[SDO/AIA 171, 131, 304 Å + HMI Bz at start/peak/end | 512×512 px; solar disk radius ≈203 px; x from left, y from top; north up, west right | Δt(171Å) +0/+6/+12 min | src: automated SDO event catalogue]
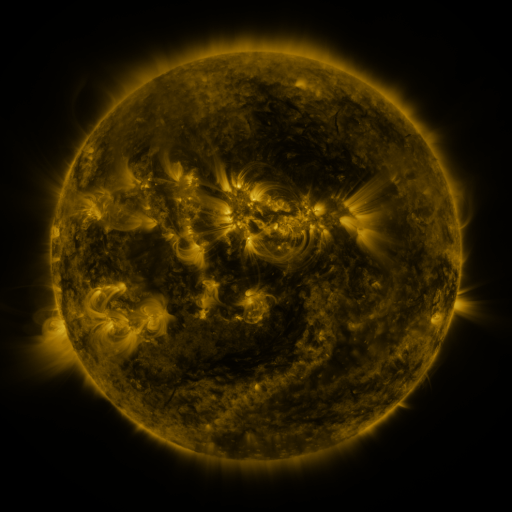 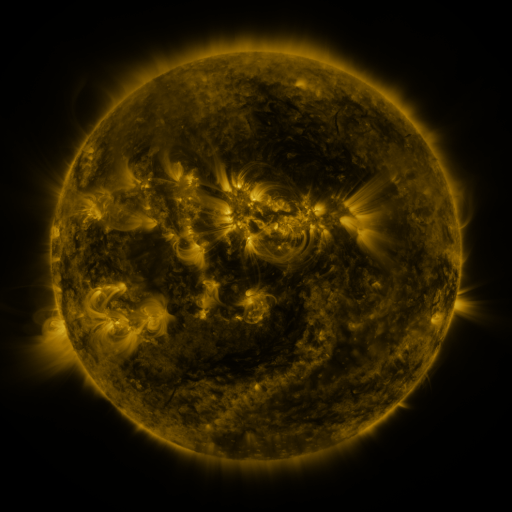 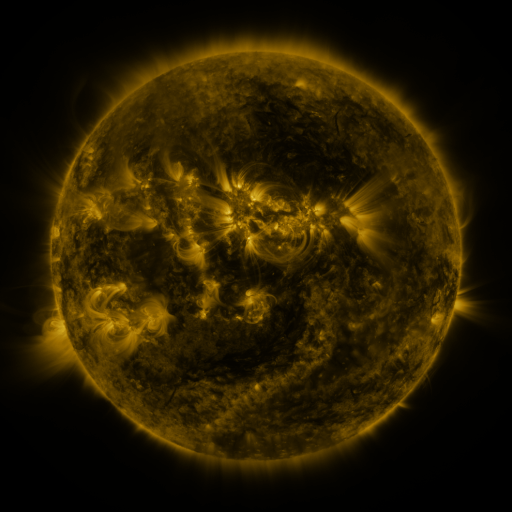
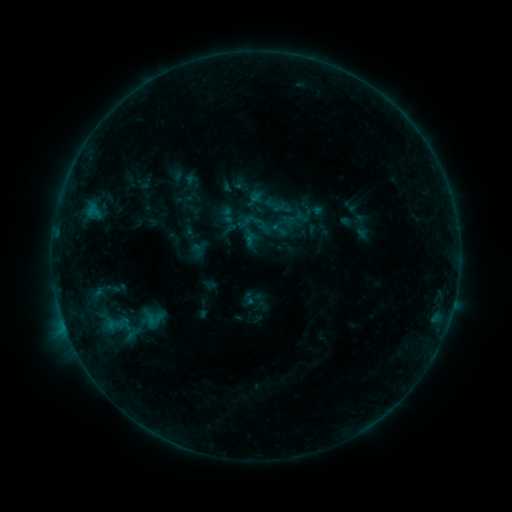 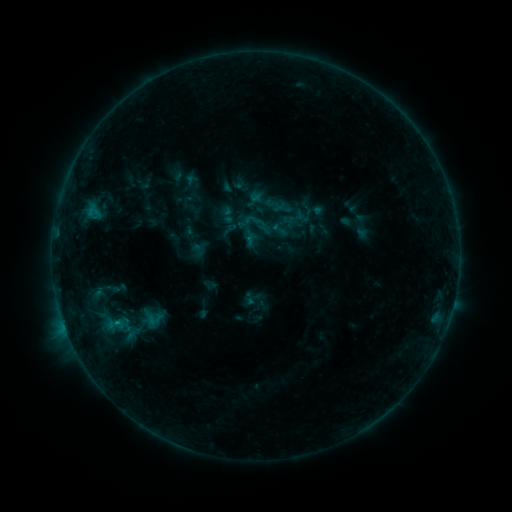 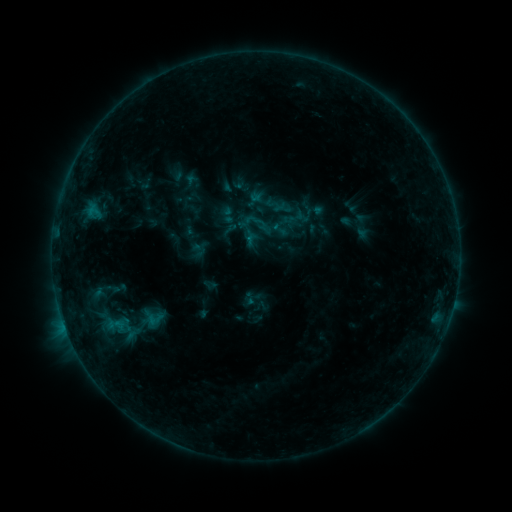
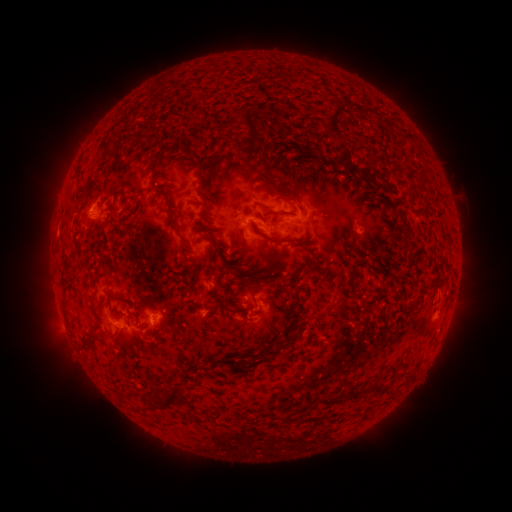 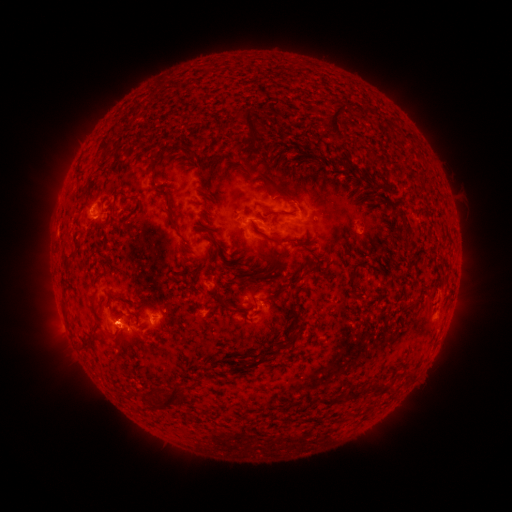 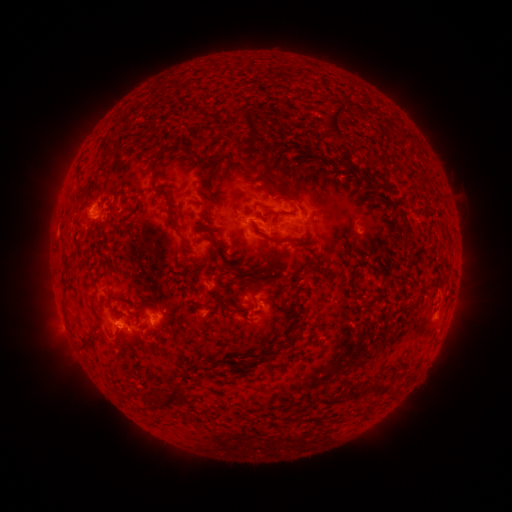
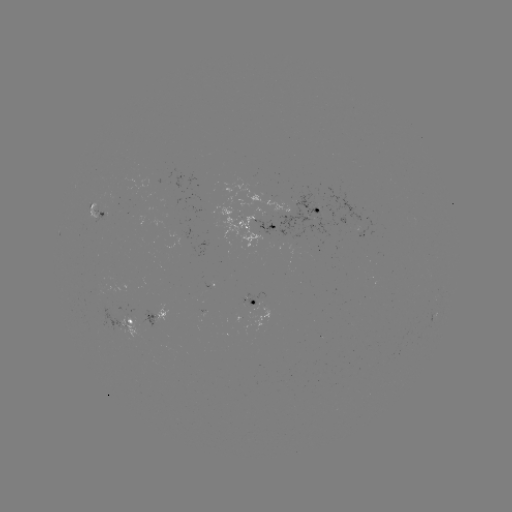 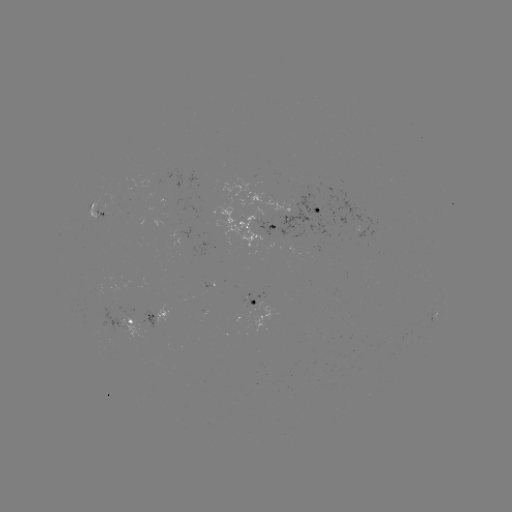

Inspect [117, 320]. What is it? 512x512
B5.1 flare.